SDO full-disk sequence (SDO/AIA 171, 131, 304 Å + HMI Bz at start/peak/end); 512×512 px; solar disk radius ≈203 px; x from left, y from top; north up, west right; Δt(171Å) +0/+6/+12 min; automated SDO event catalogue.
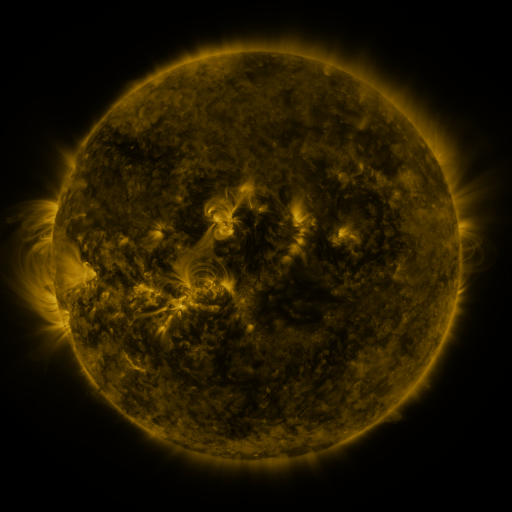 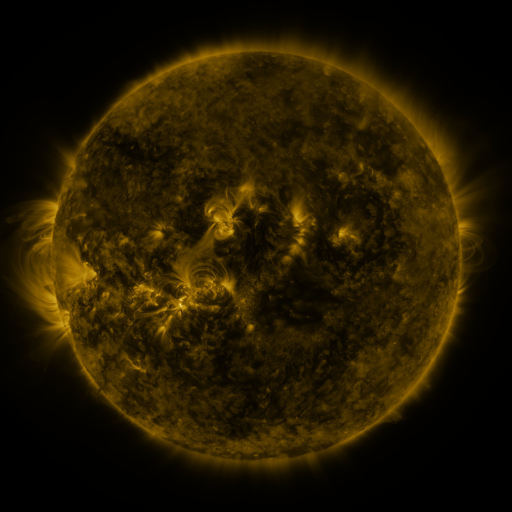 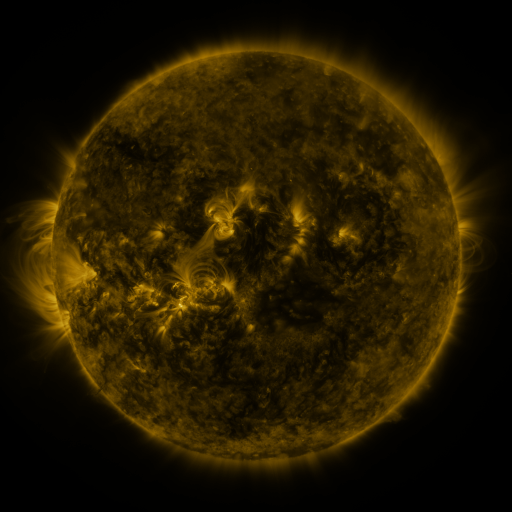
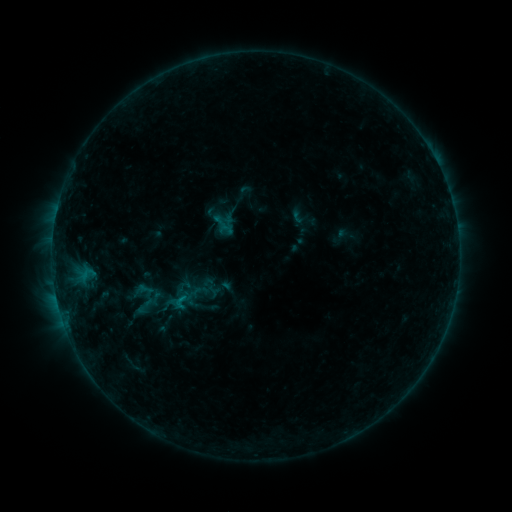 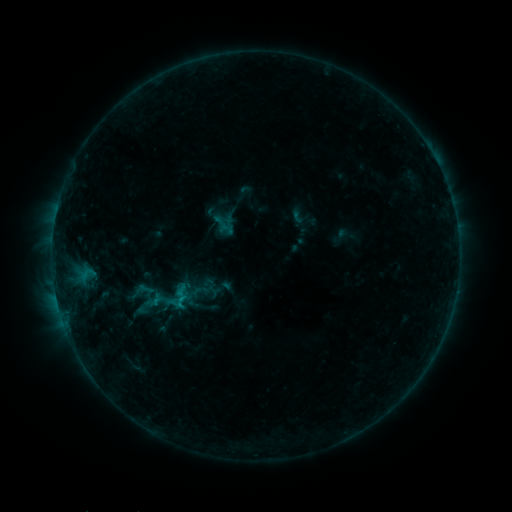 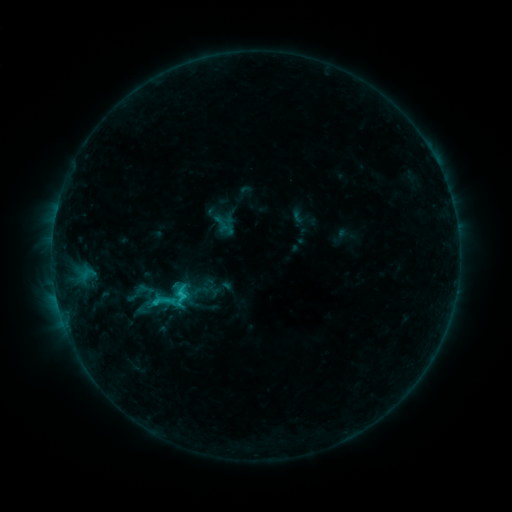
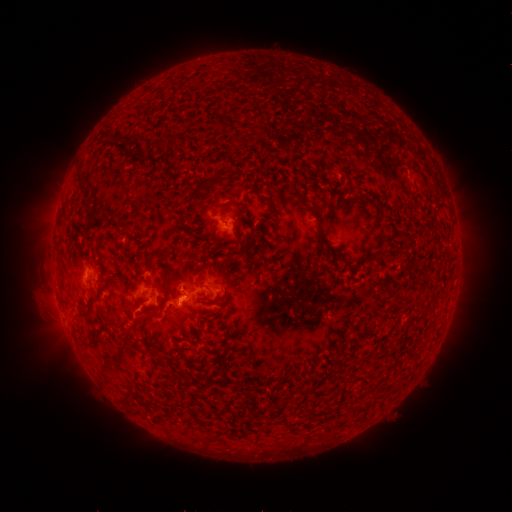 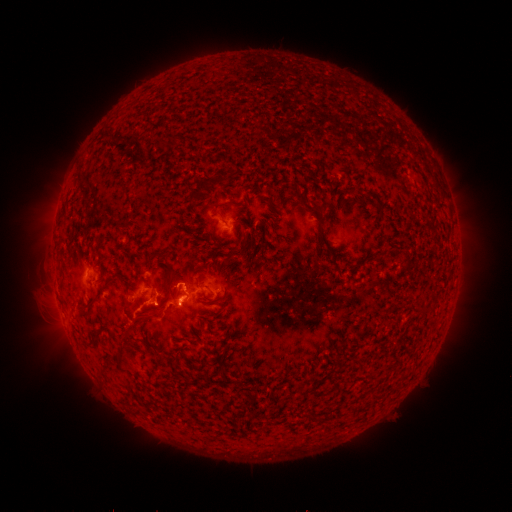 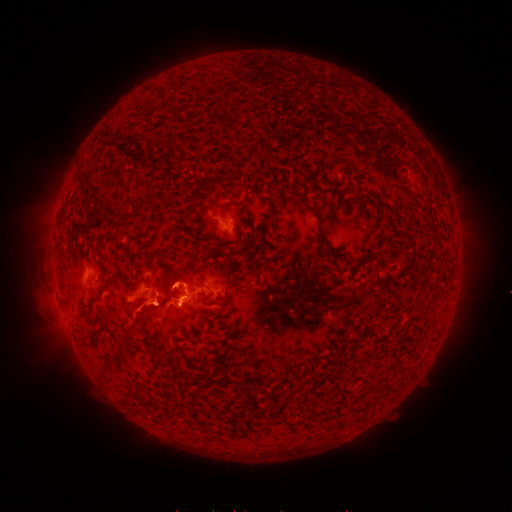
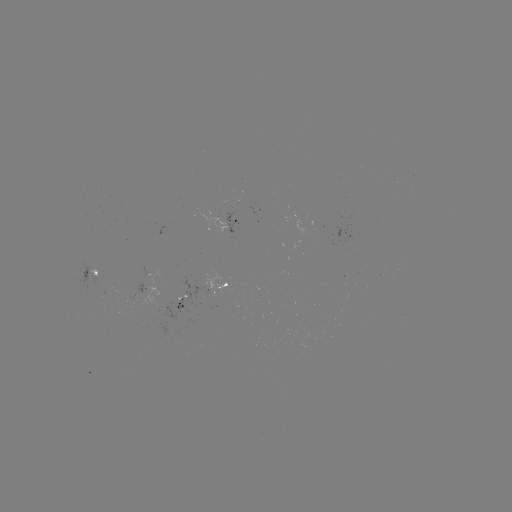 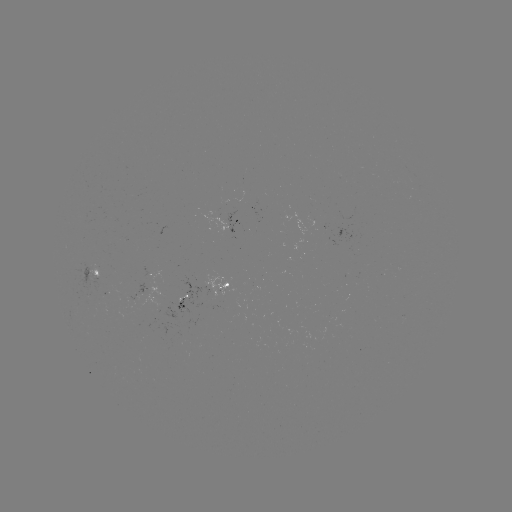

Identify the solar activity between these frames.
eruption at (176, 278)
